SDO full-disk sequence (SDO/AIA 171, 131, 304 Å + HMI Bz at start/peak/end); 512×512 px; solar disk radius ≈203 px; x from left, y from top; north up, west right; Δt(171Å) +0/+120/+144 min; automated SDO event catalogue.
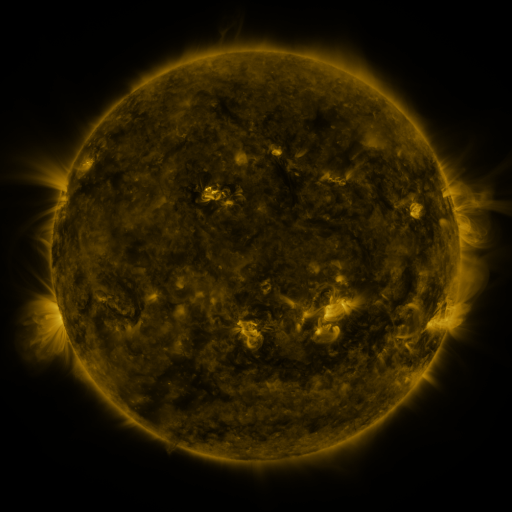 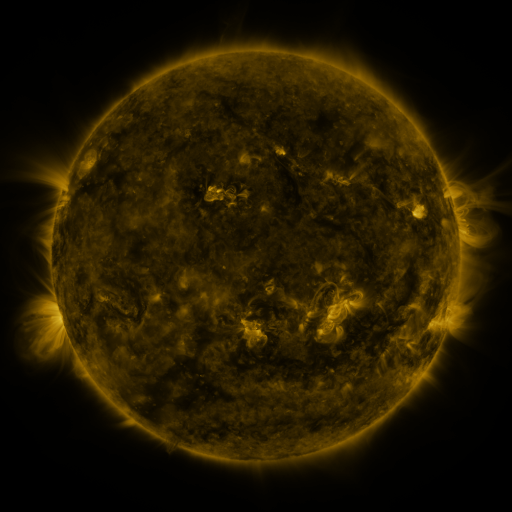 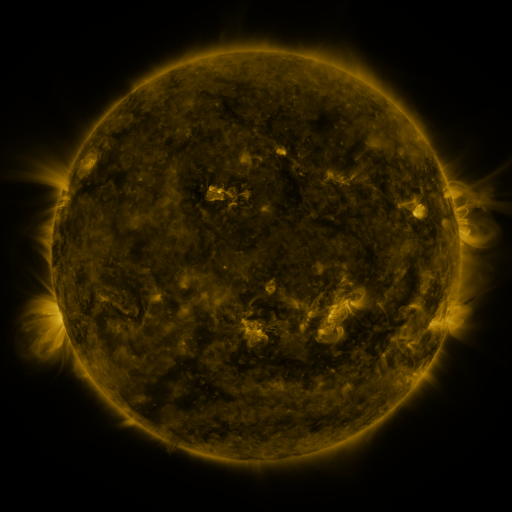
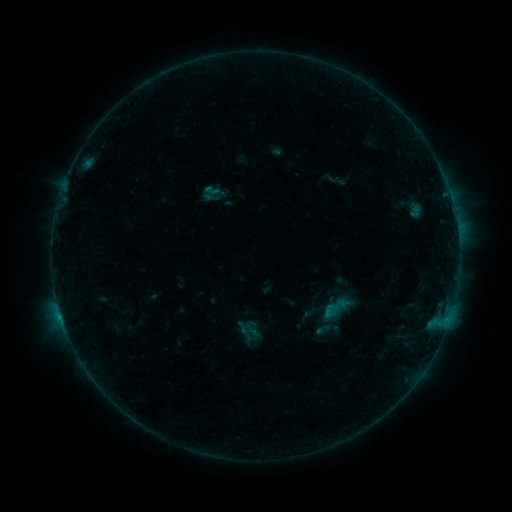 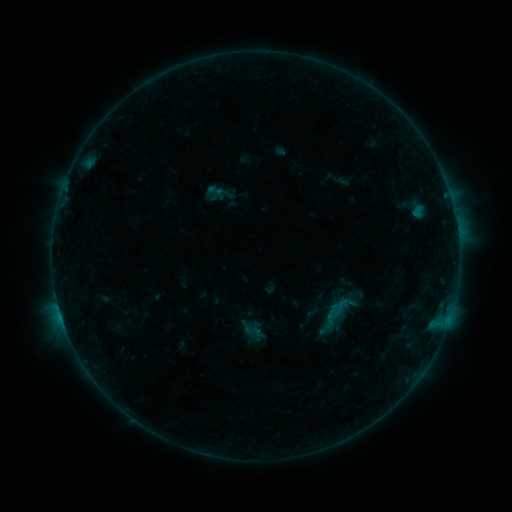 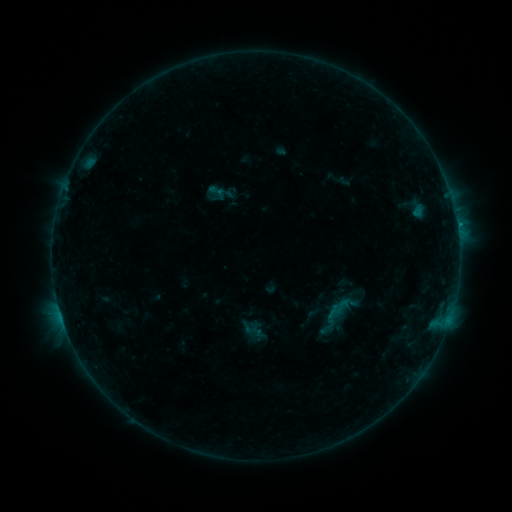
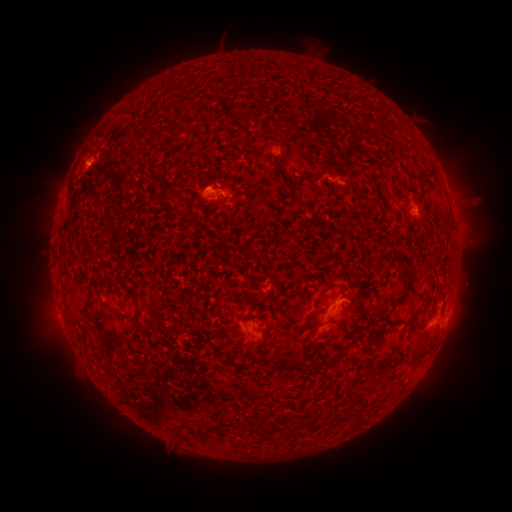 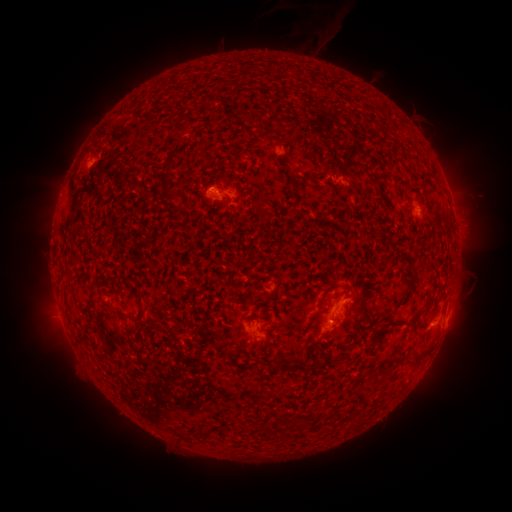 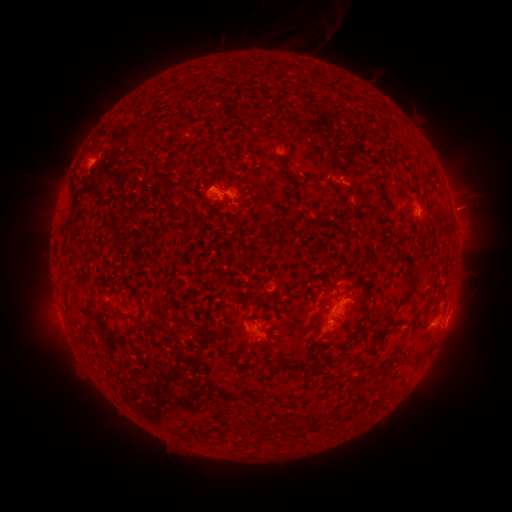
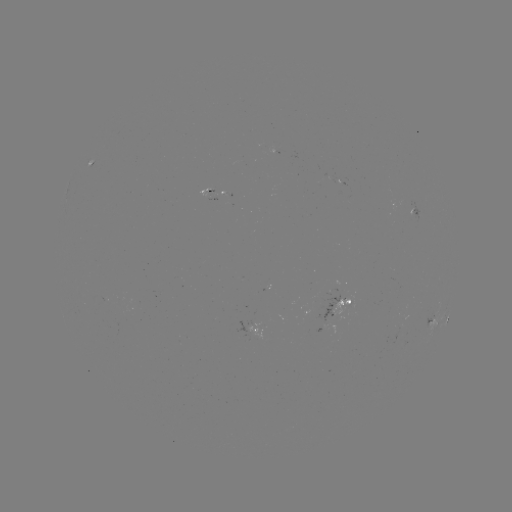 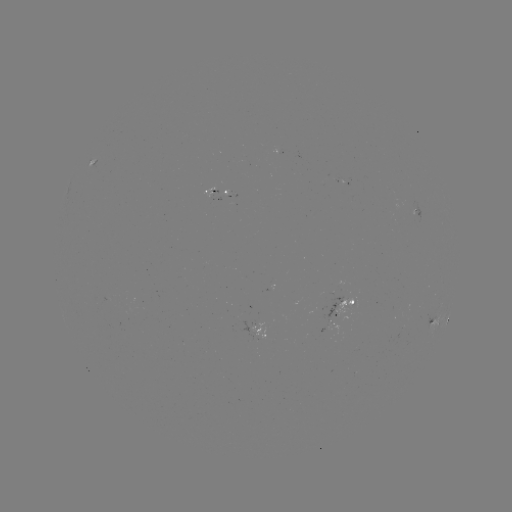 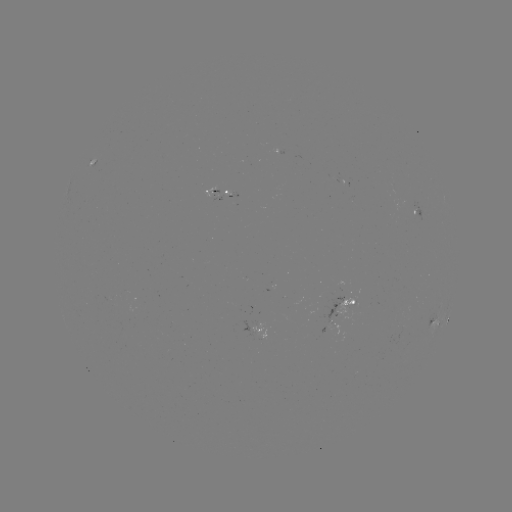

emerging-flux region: <bbox>329, 321, 338, 336</bbox>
